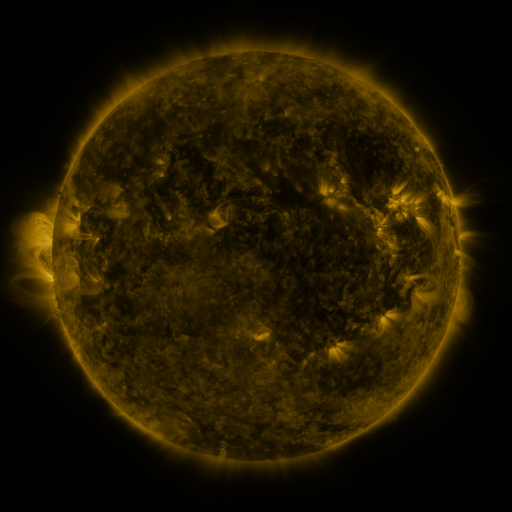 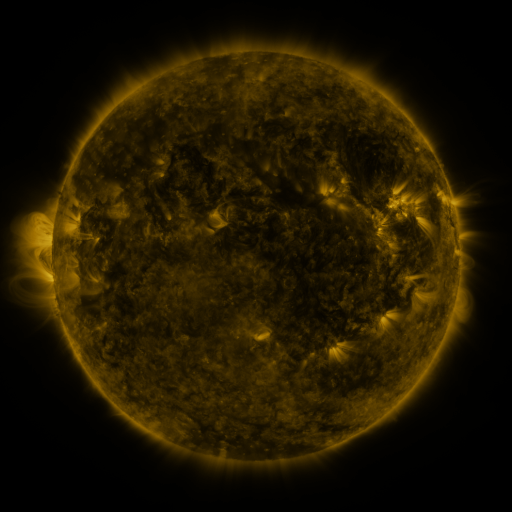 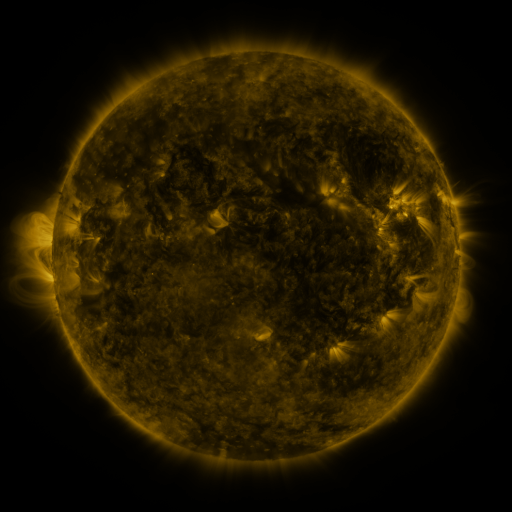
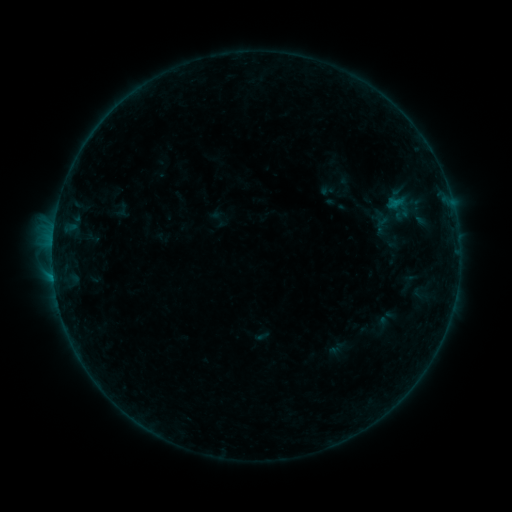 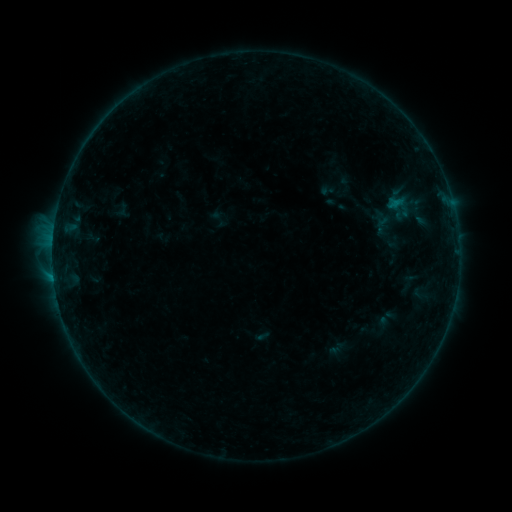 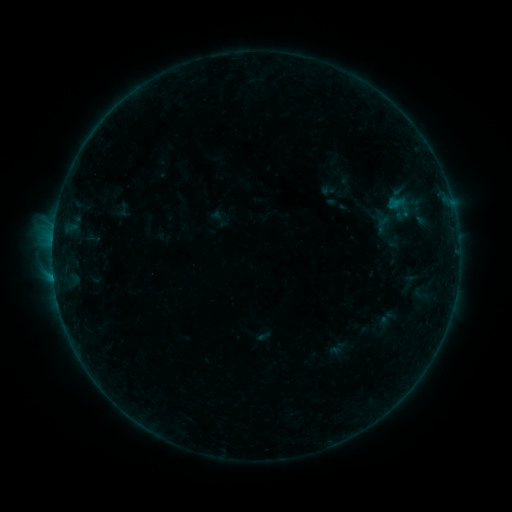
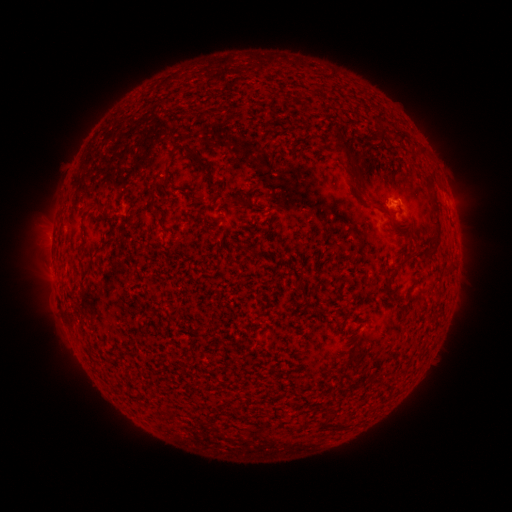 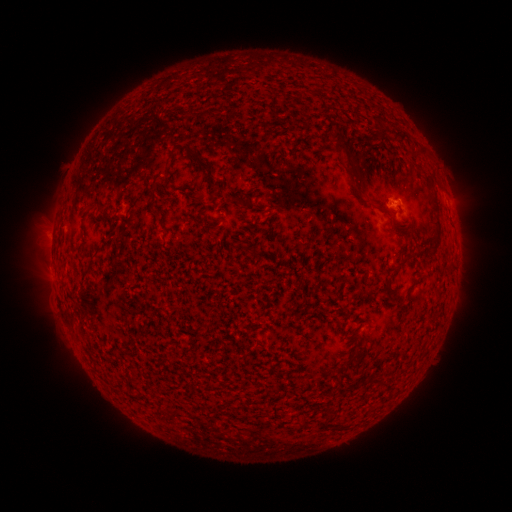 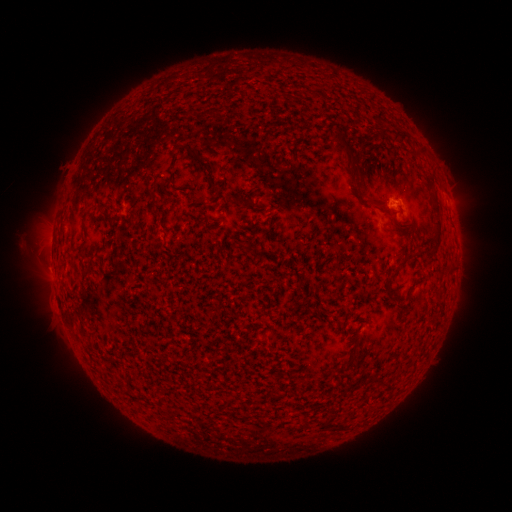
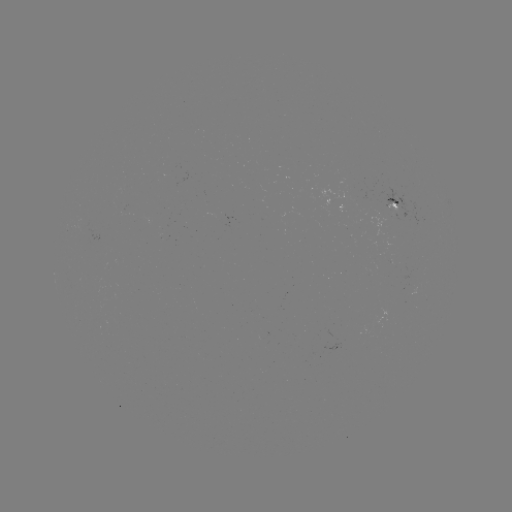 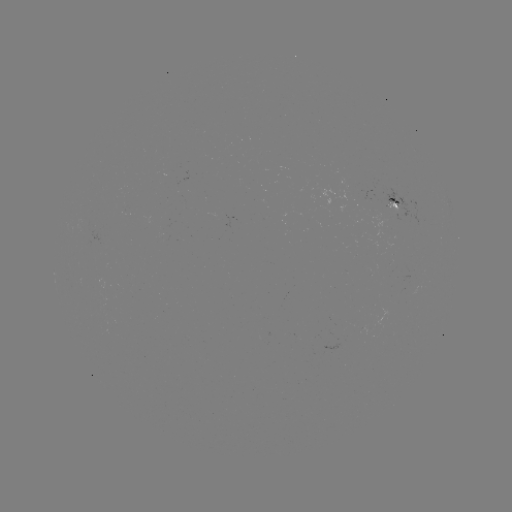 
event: eruption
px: (40, 233)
